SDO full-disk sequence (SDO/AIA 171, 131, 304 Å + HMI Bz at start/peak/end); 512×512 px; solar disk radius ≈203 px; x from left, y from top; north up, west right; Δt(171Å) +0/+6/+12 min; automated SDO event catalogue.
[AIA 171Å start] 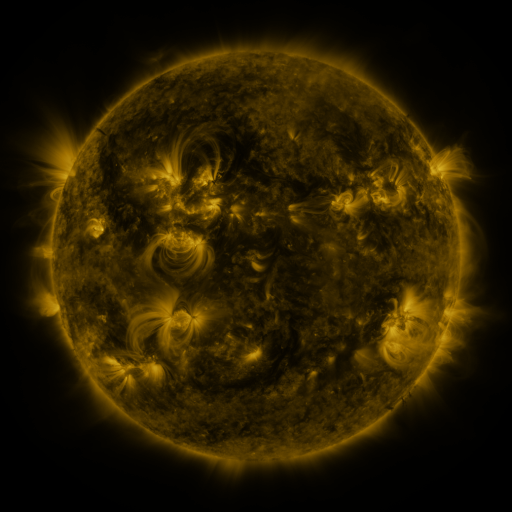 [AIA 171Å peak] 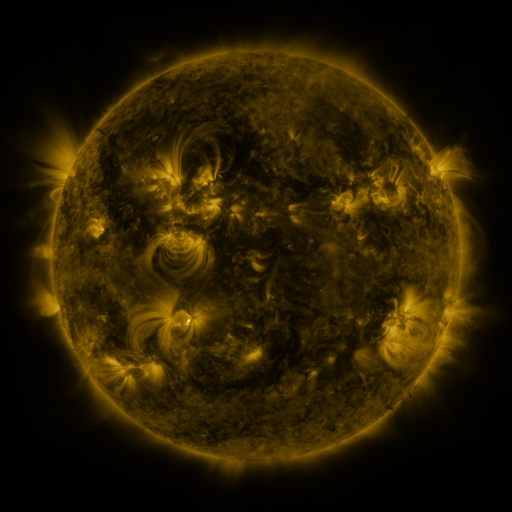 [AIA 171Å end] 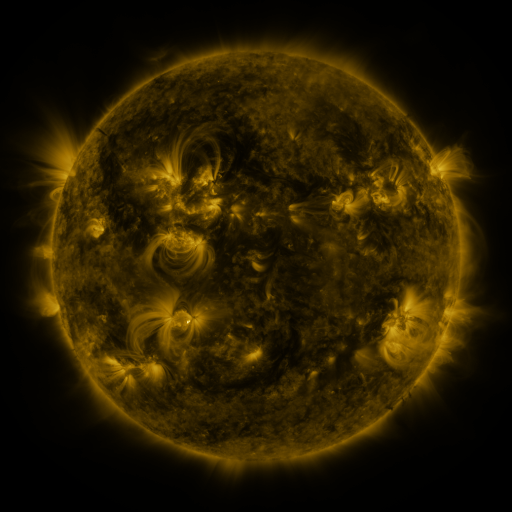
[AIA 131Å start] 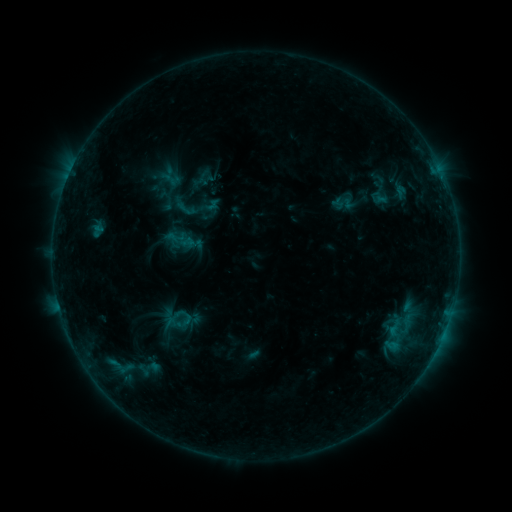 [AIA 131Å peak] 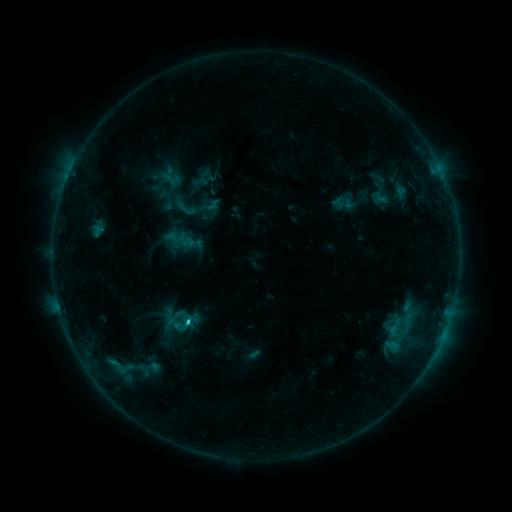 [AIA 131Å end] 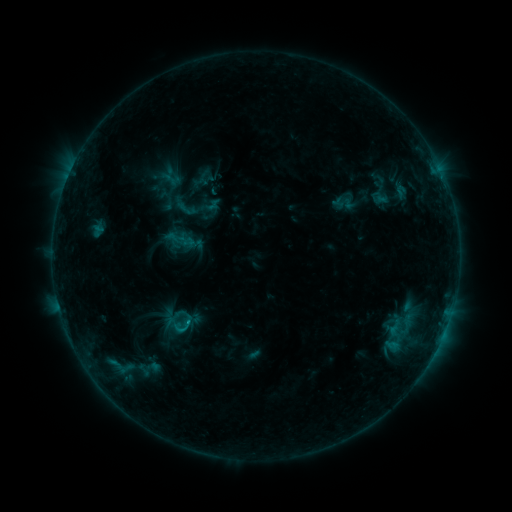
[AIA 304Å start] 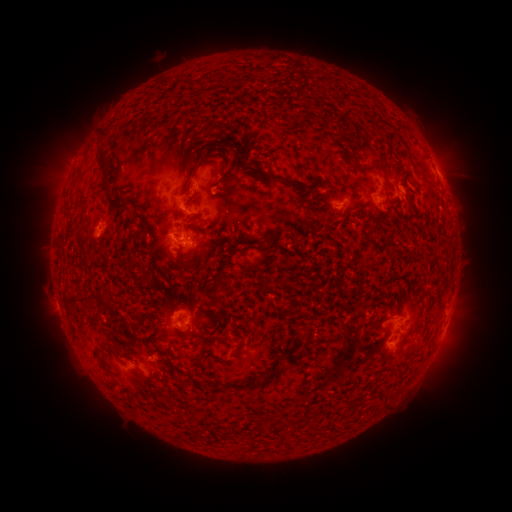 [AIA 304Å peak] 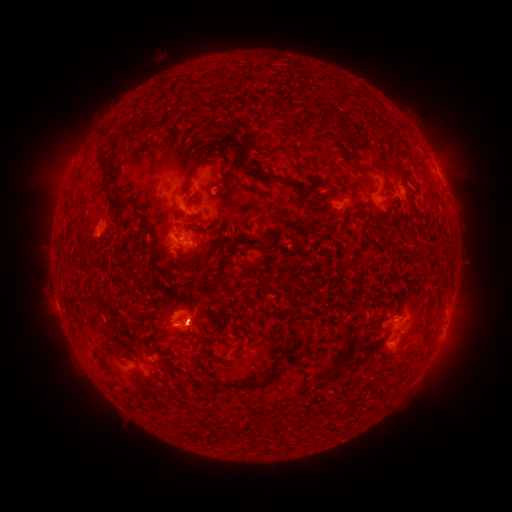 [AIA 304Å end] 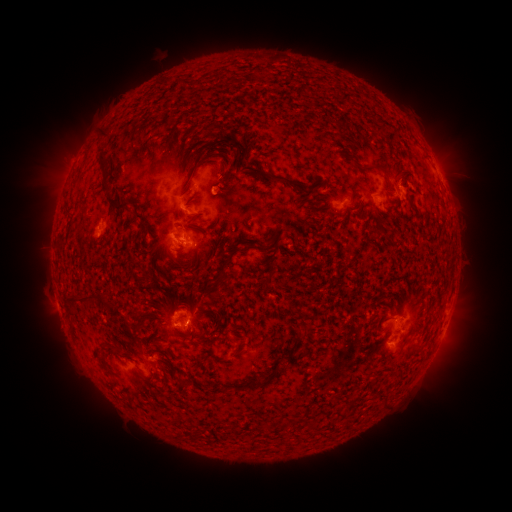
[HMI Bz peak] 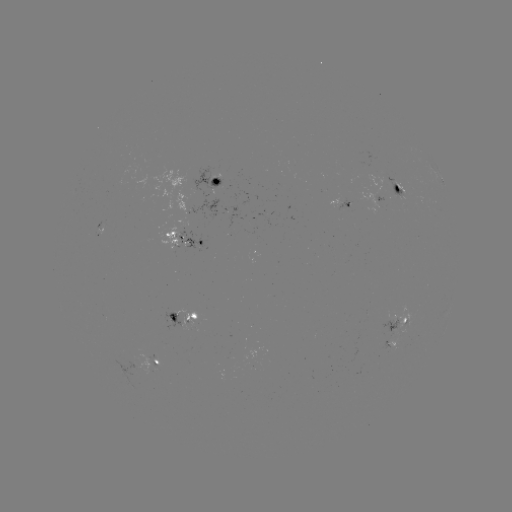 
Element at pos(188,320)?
C1.1 flare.